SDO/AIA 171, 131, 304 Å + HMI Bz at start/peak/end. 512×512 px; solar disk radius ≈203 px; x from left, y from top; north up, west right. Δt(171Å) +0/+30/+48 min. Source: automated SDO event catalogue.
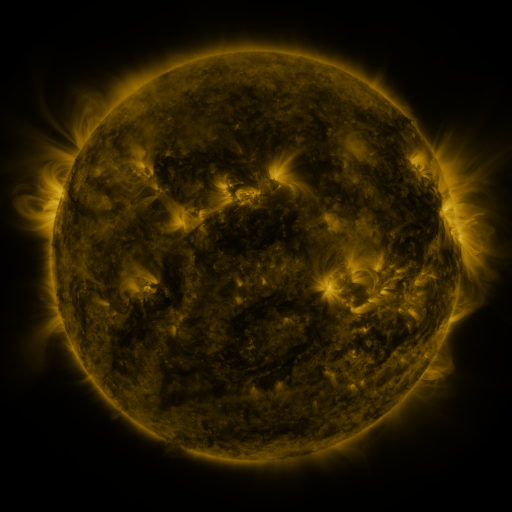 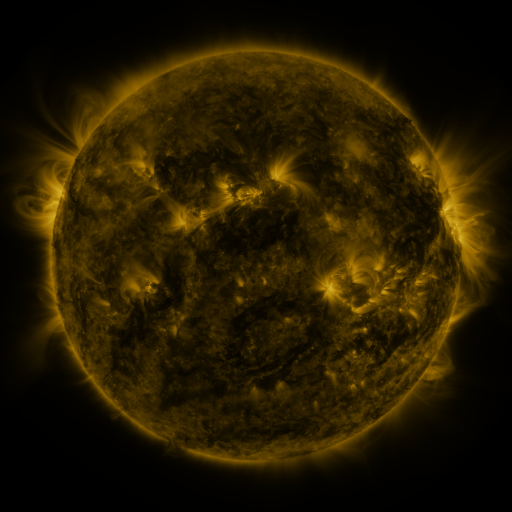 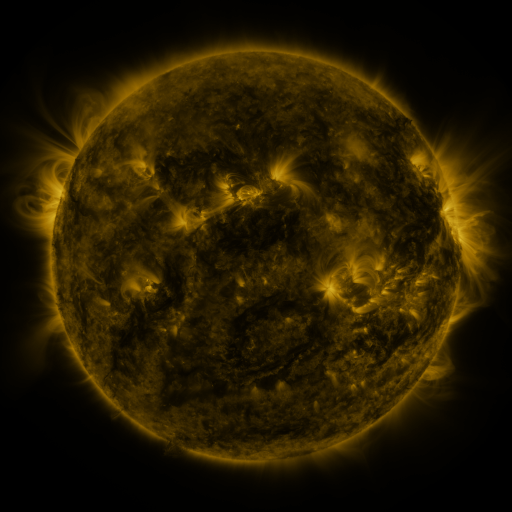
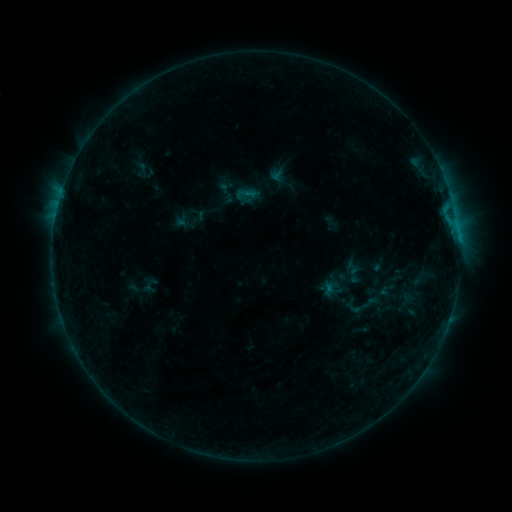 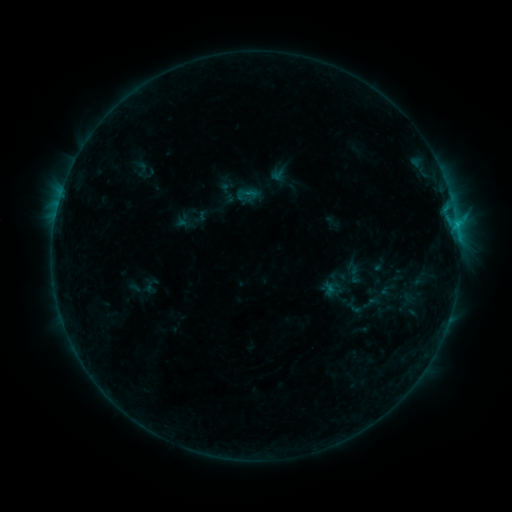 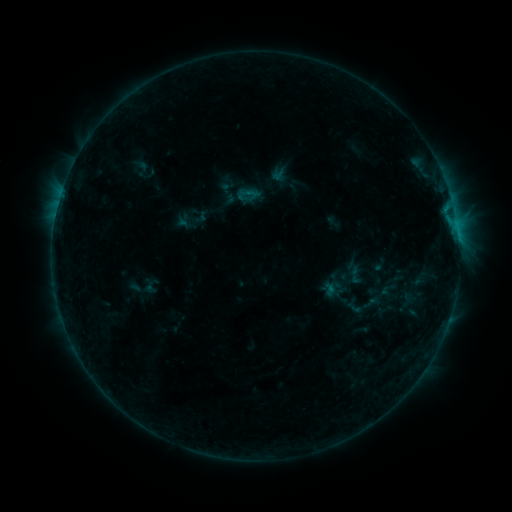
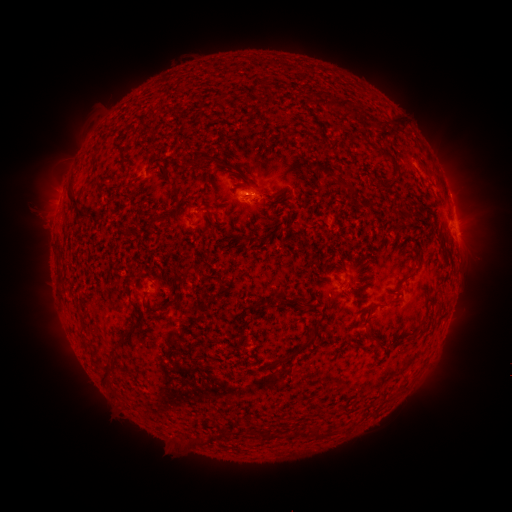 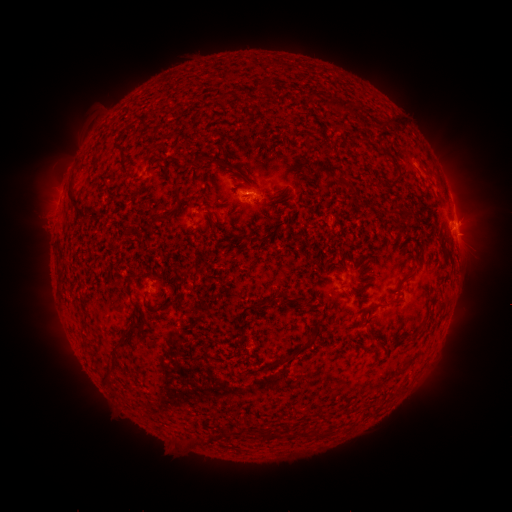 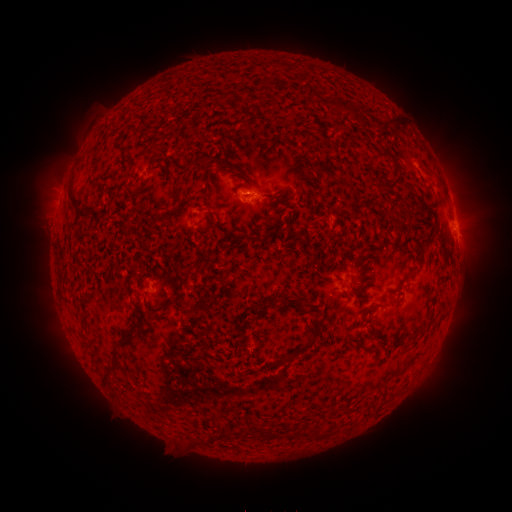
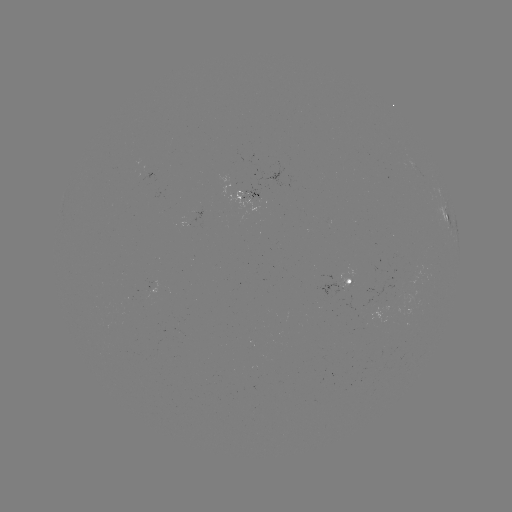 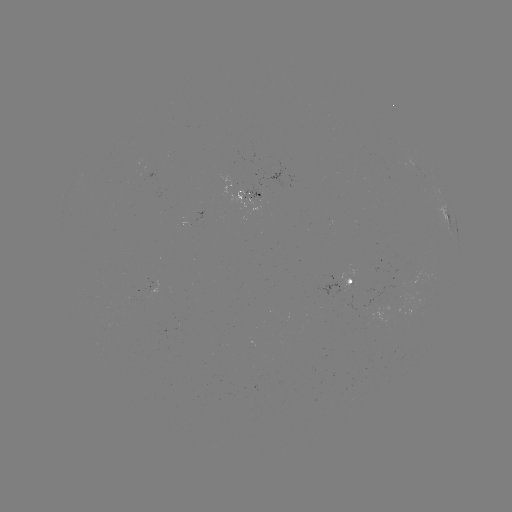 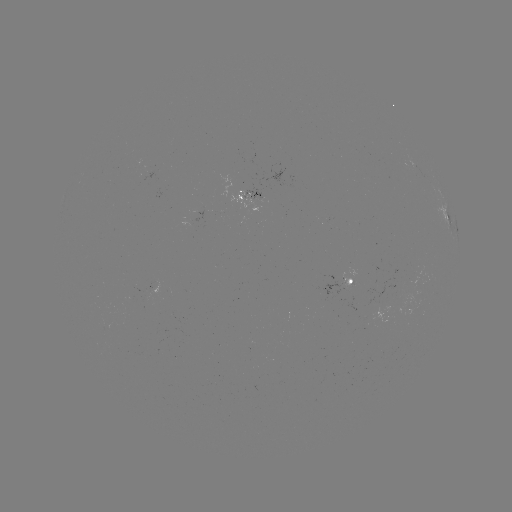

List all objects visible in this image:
B7.0 flare: (457, 227)
